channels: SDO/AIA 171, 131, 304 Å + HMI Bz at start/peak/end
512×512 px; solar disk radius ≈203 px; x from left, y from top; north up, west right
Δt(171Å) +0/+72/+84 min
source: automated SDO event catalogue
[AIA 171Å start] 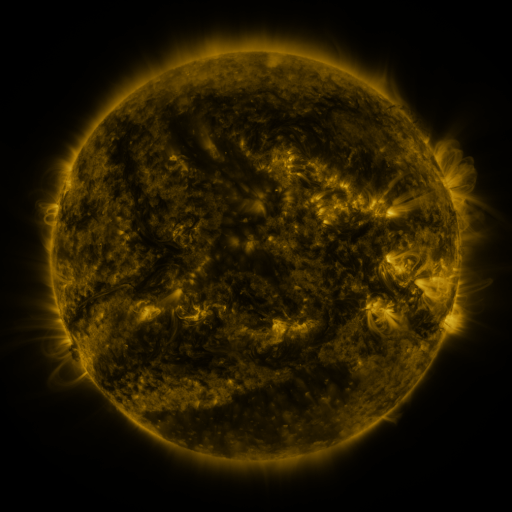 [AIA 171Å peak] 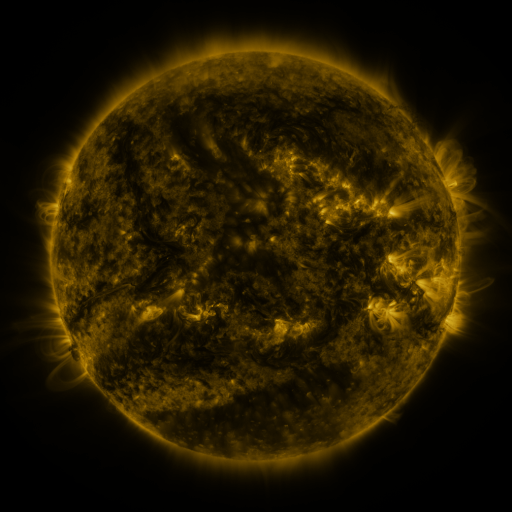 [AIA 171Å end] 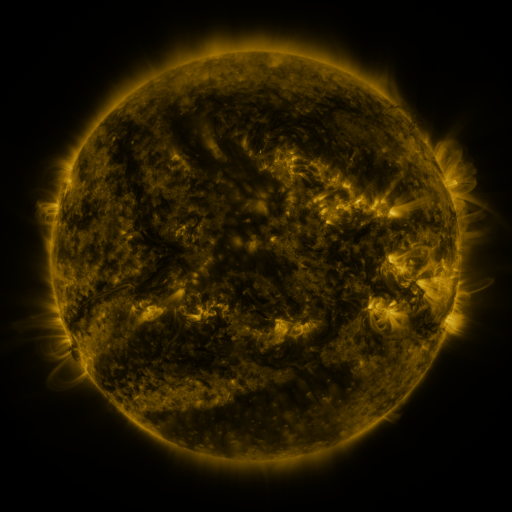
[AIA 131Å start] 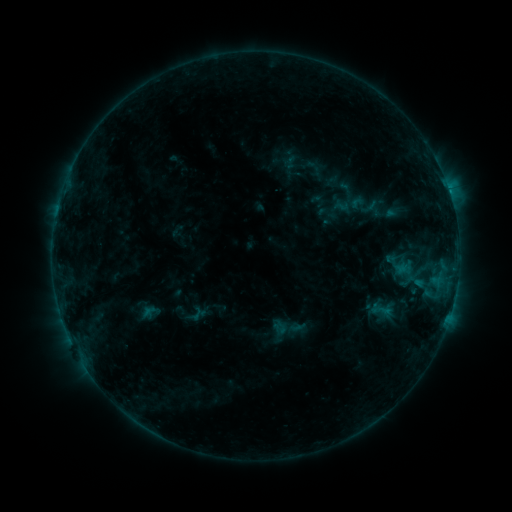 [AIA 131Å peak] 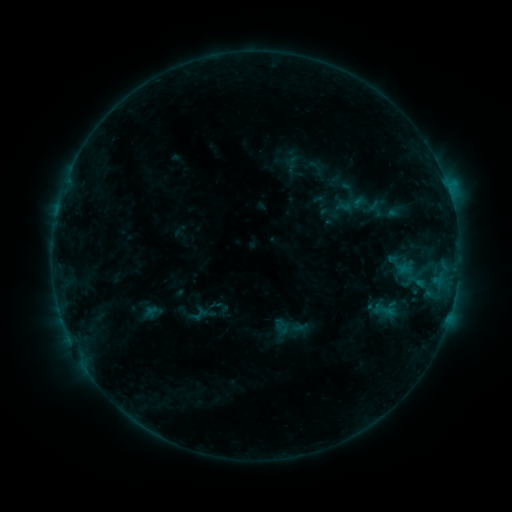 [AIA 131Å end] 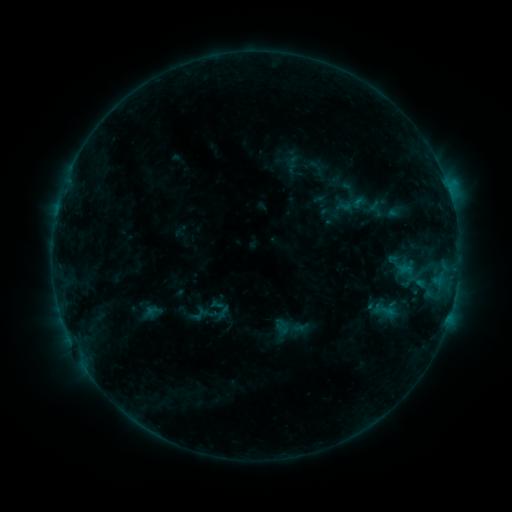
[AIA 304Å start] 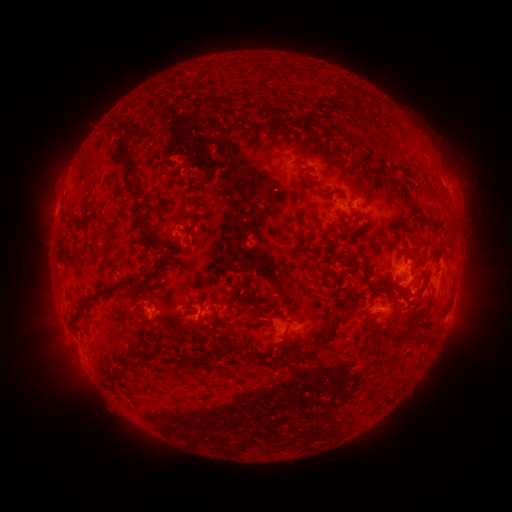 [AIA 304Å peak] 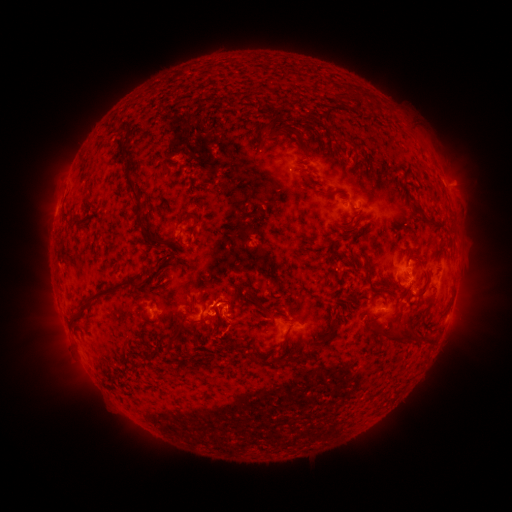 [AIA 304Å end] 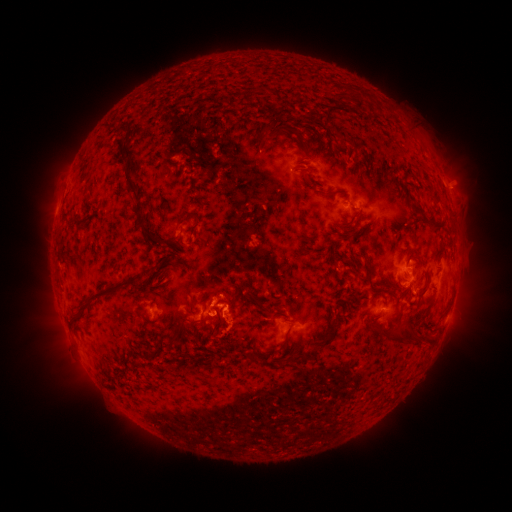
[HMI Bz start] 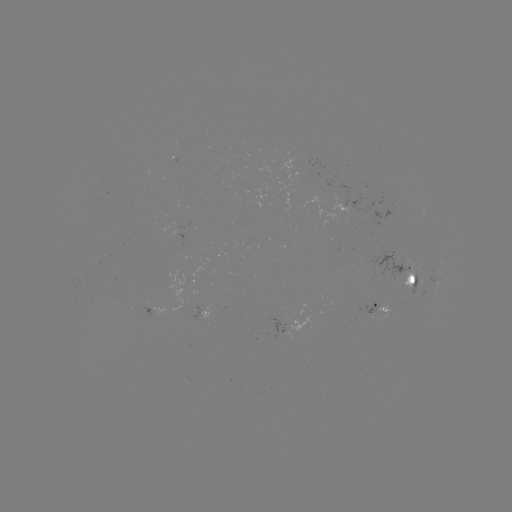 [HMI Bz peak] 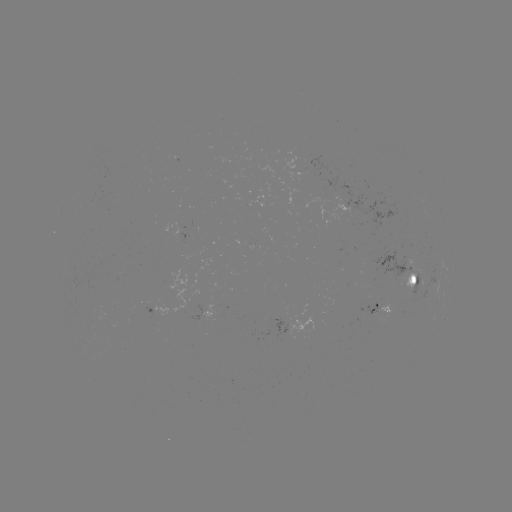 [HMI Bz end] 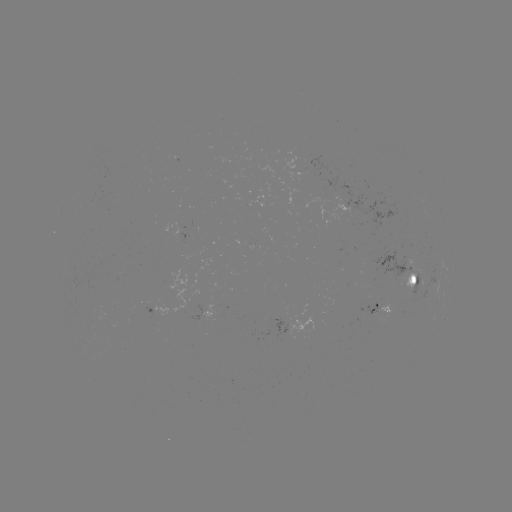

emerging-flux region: [249, 241, 254, 252]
